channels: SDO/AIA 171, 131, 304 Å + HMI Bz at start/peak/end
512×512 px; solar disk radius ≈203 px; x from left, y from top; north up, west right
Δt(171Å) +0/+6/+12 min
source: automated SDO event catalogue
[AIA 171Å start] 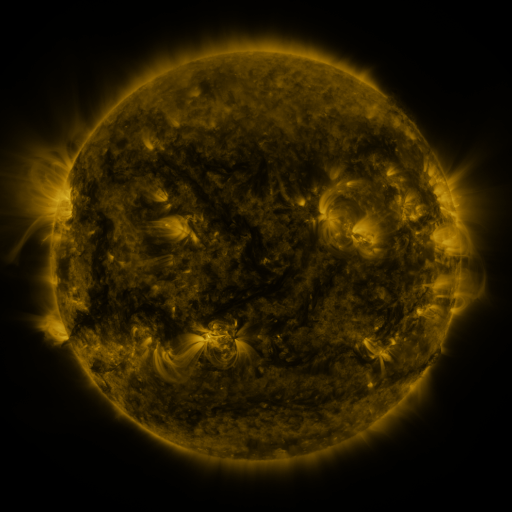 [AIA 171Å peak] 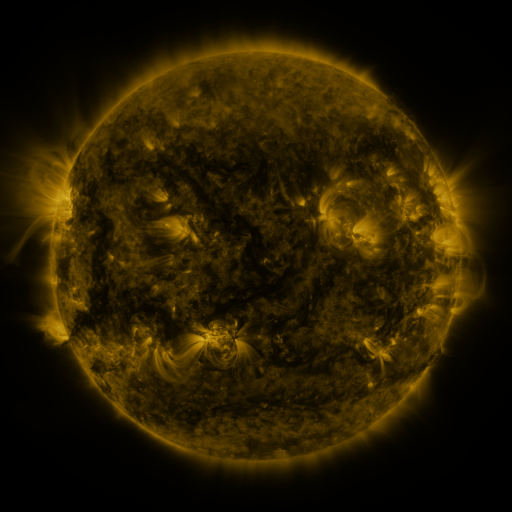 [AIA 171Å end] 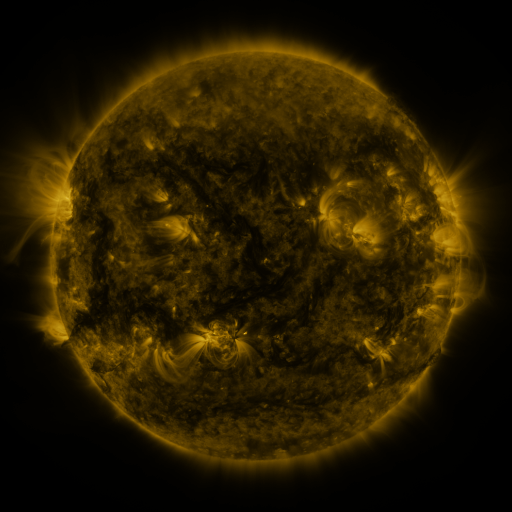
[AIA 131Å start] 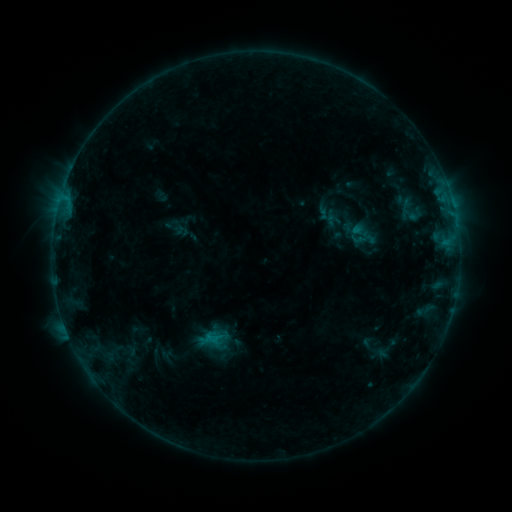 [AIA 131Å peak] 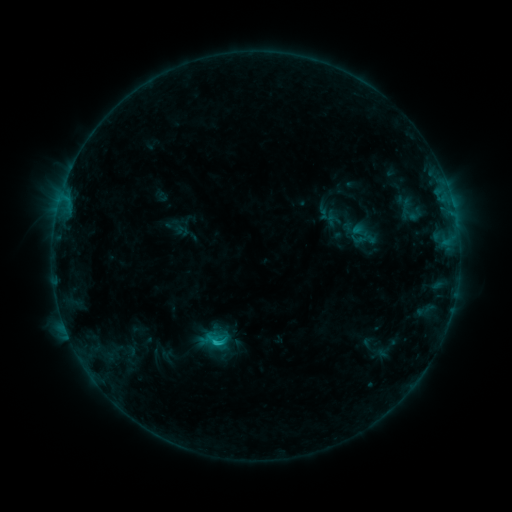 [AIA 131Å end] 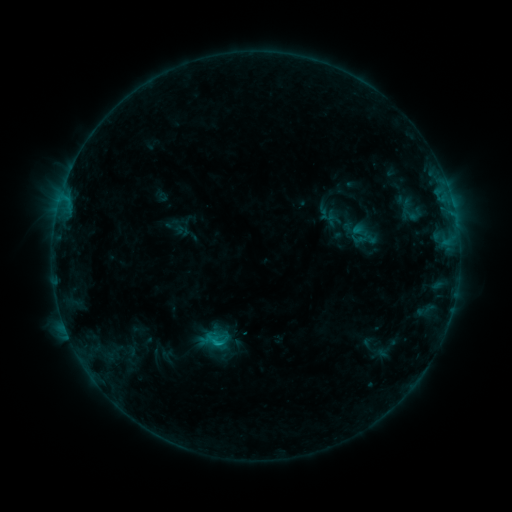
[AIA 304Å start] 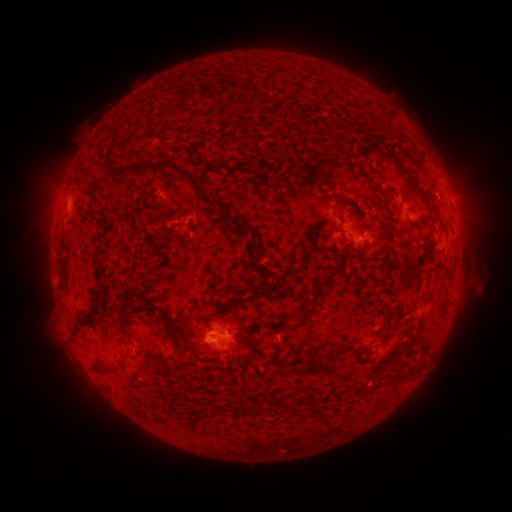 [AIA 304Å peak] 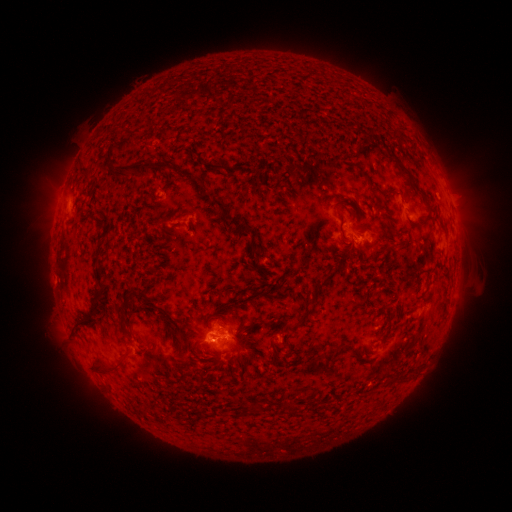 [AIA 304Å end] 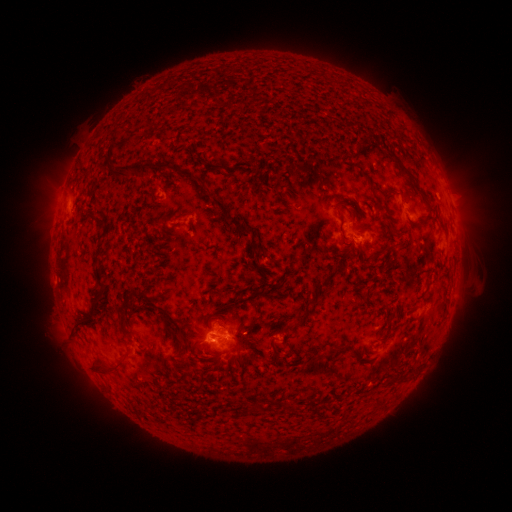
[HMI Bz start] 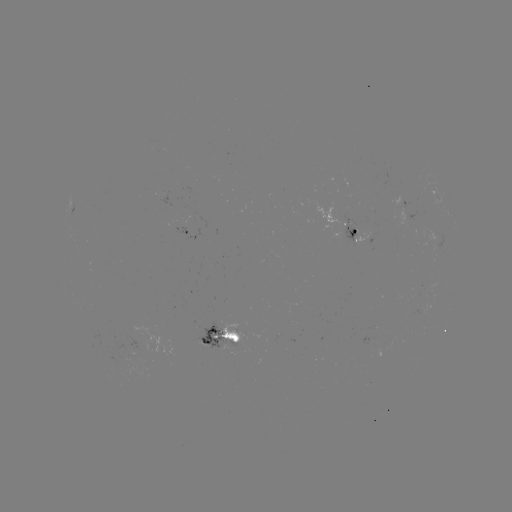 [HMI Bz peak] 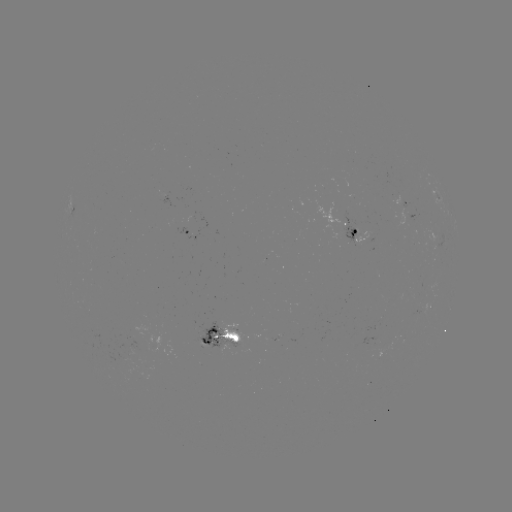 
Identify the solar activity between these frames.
B8.4 flare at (215, 342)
